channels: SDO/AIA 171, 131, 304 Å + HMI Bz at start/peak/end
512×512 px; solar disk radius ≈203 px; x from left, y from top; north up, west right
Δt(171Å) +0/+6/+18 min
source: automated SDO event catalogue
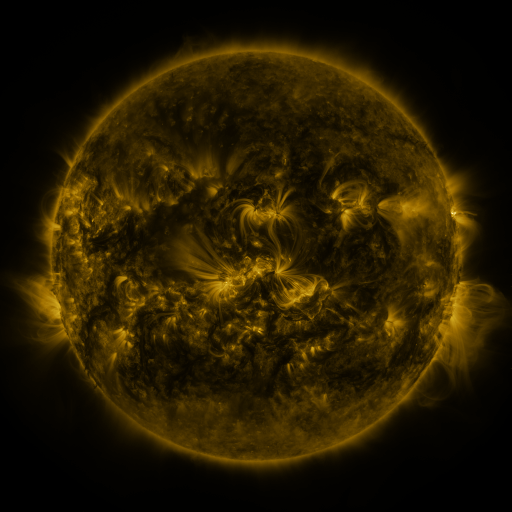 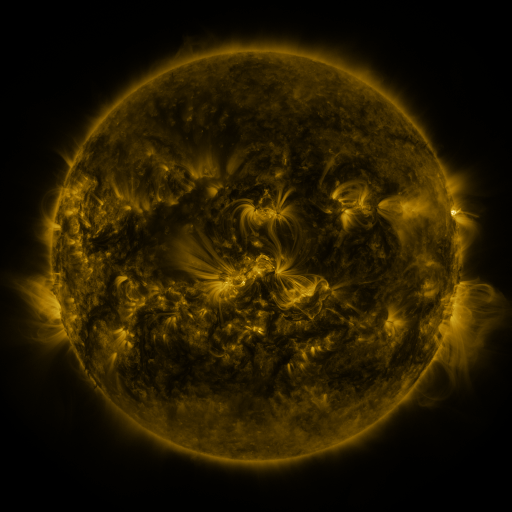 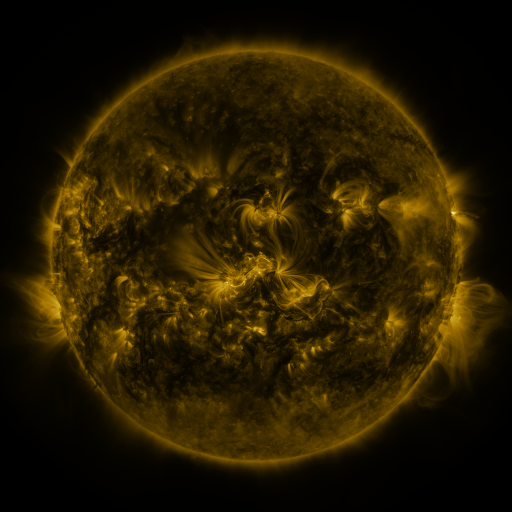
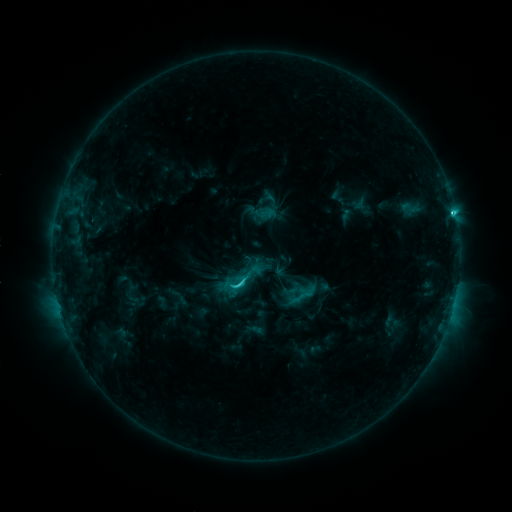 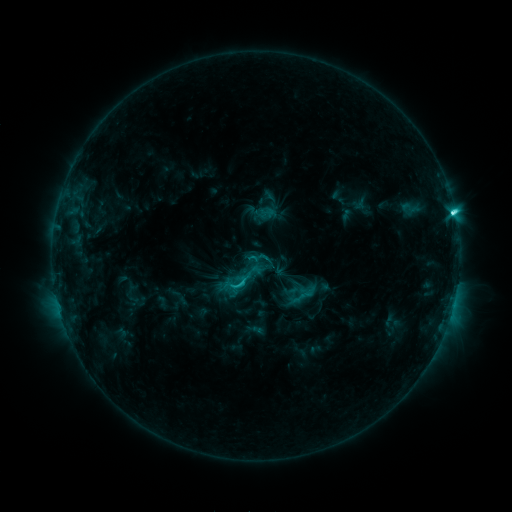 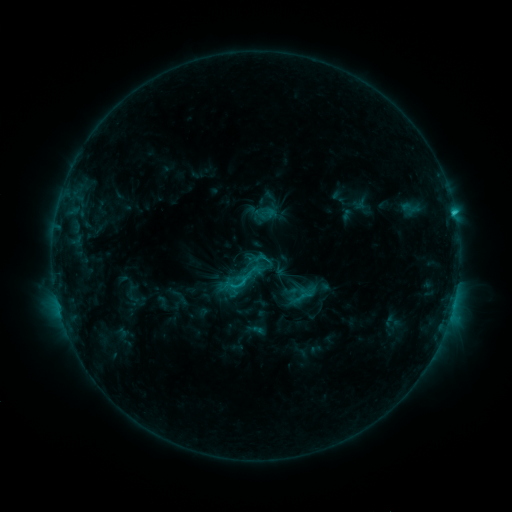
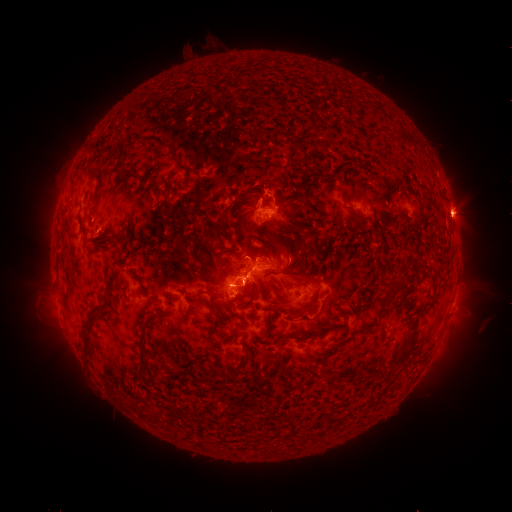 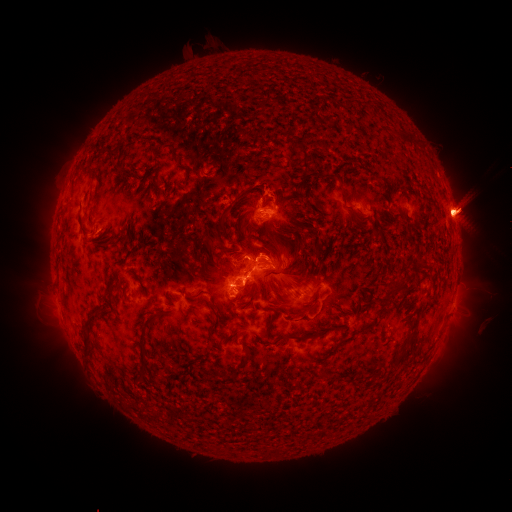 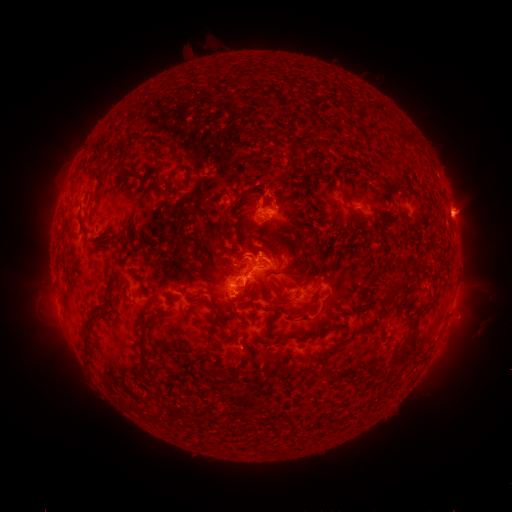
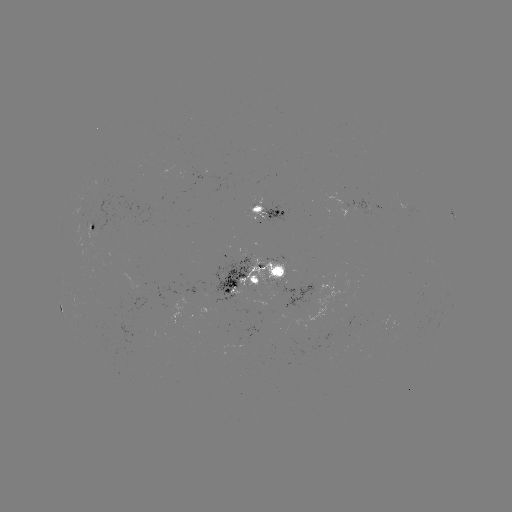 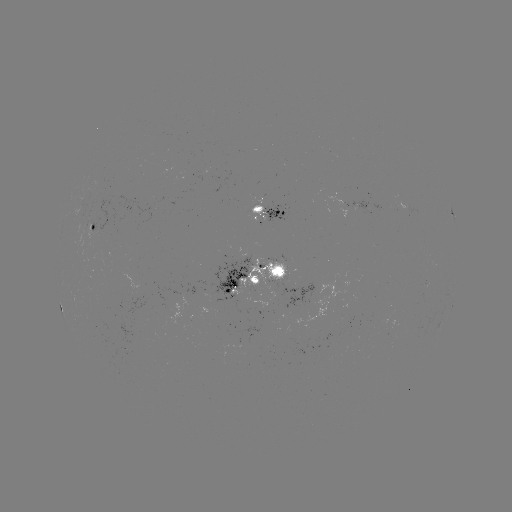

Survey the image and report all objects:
eruption: (466, 209)
